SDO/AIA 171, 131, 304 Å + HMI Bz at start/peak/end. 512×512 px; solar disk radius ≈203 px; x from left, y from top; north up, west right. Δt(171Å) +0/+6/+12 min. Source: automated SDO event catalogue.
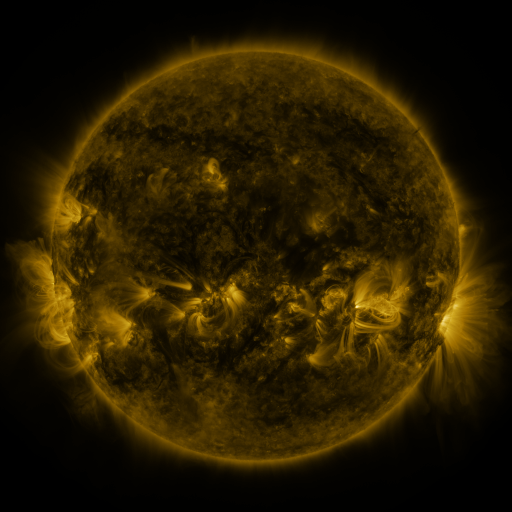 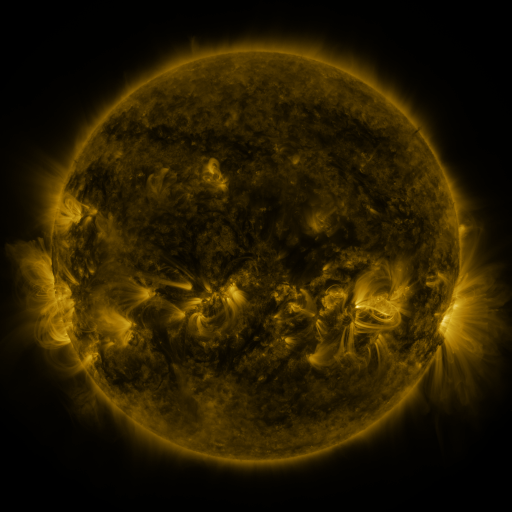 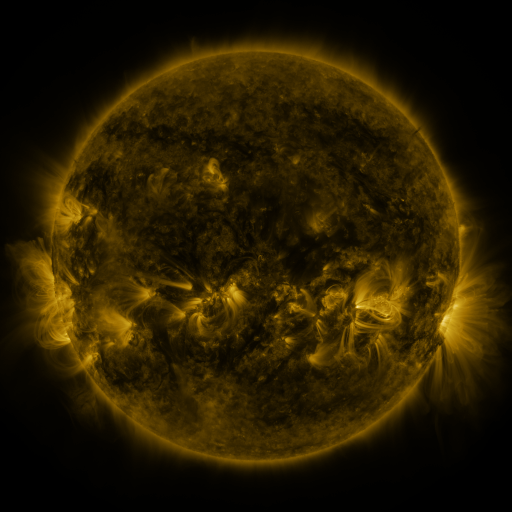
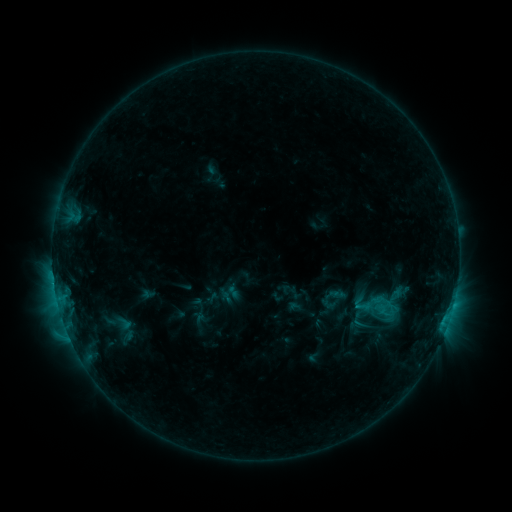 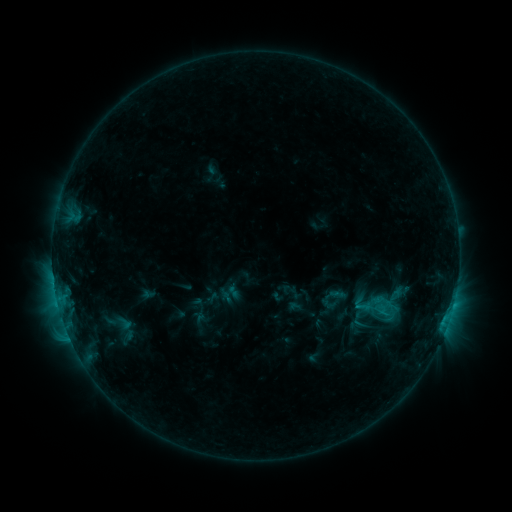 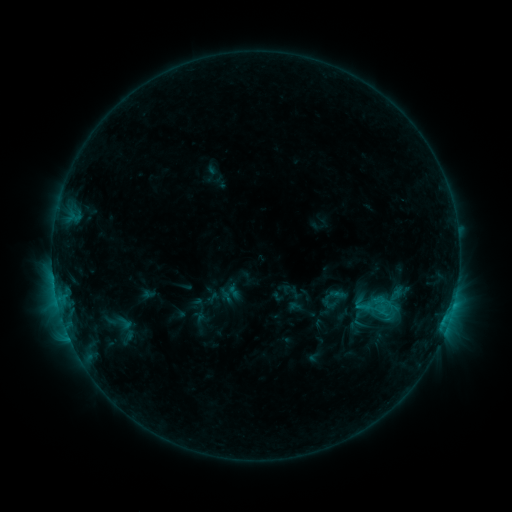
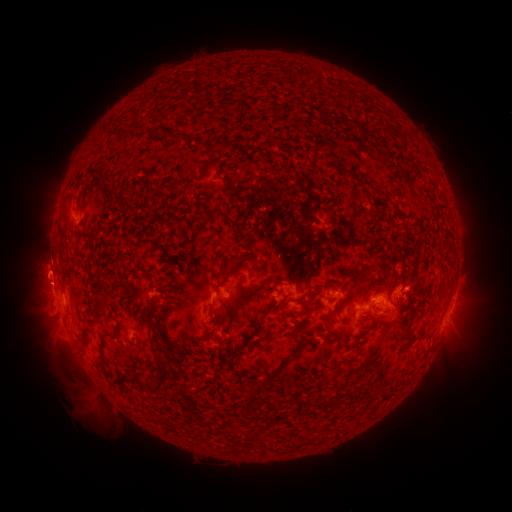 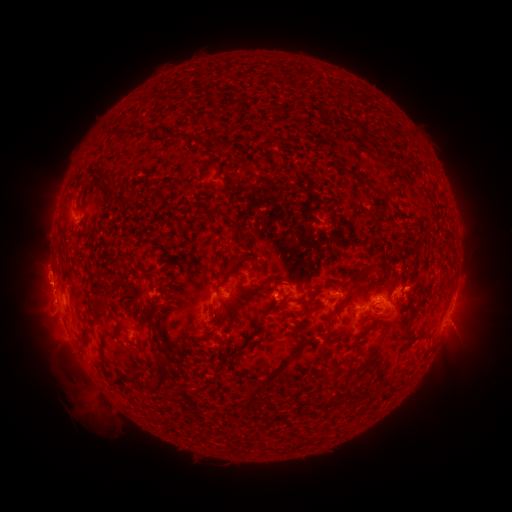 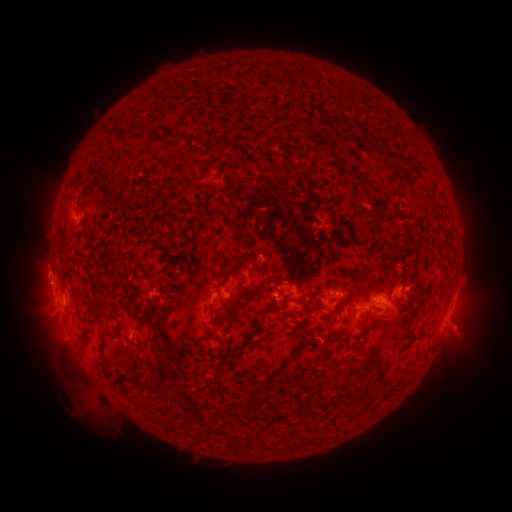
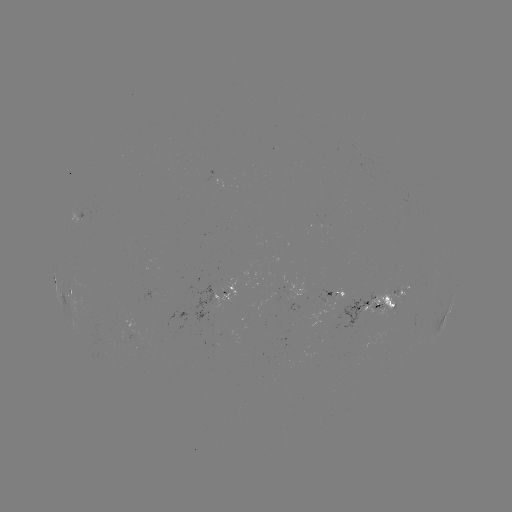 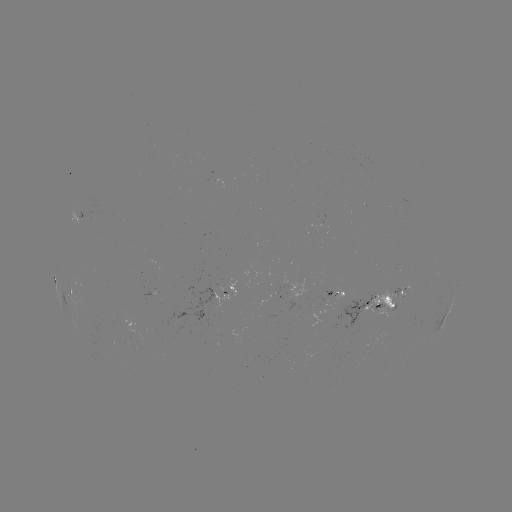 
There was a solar eruption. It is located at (464, 331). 